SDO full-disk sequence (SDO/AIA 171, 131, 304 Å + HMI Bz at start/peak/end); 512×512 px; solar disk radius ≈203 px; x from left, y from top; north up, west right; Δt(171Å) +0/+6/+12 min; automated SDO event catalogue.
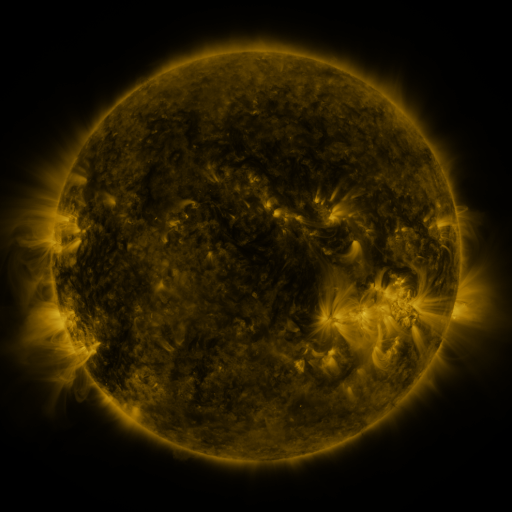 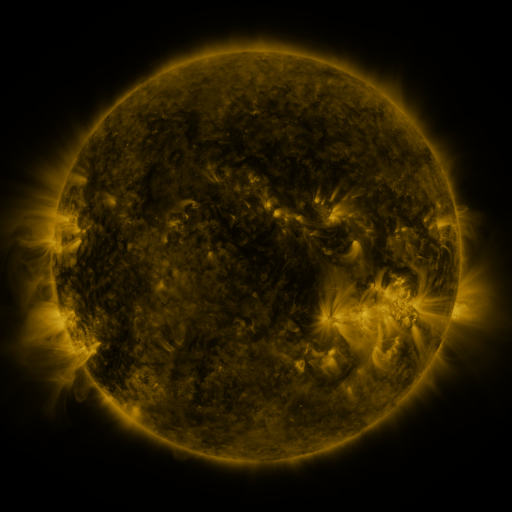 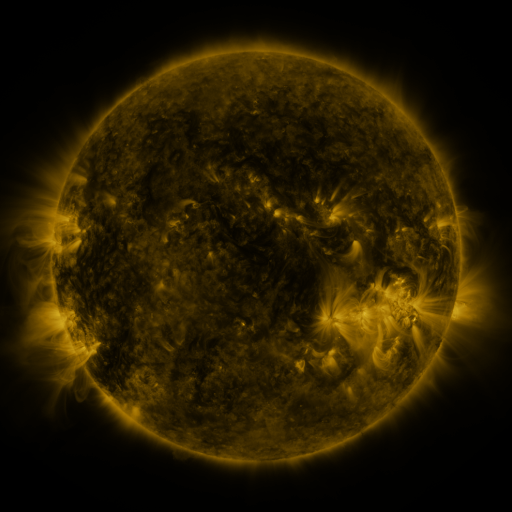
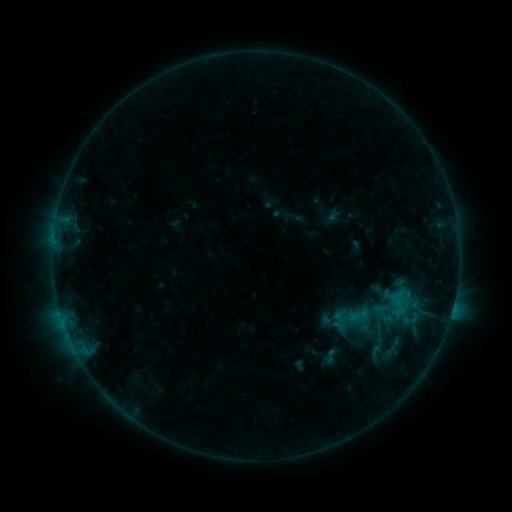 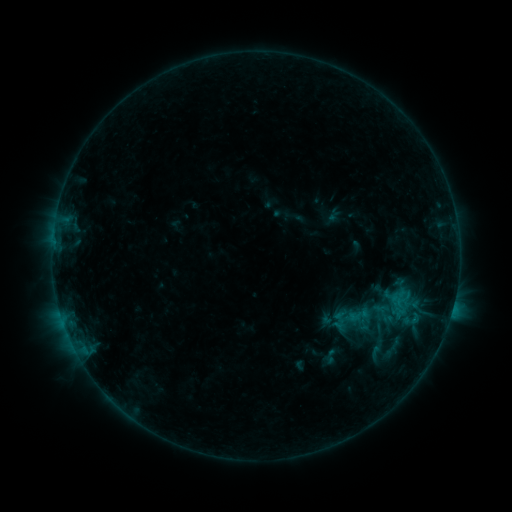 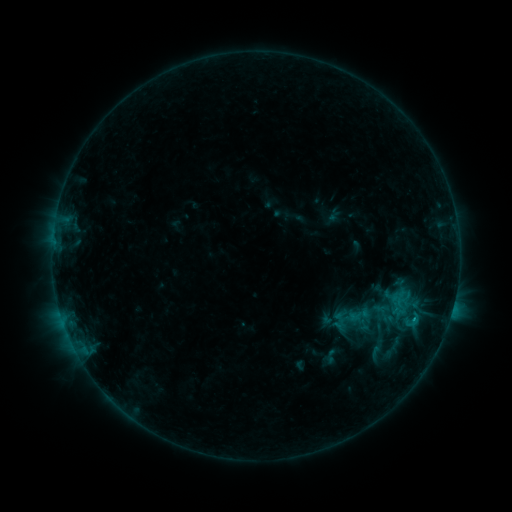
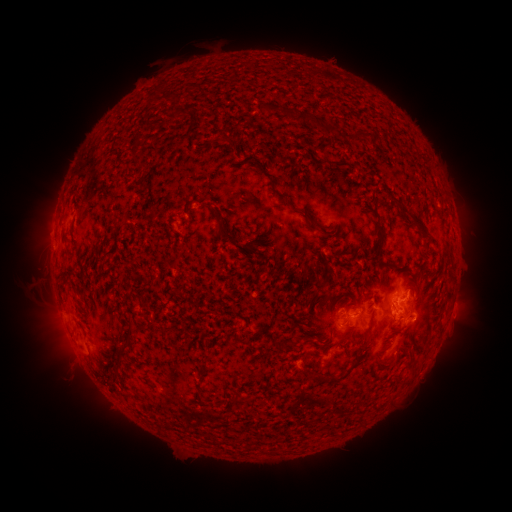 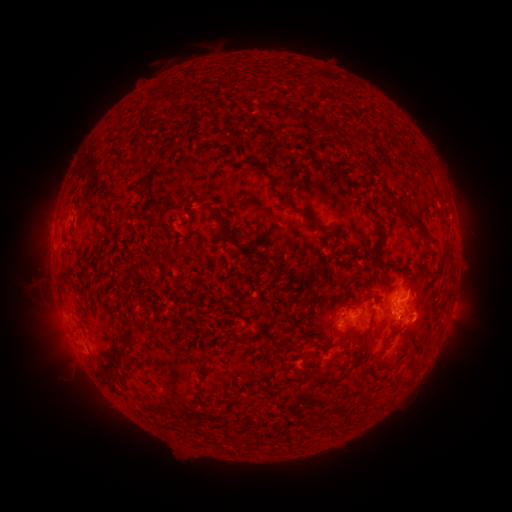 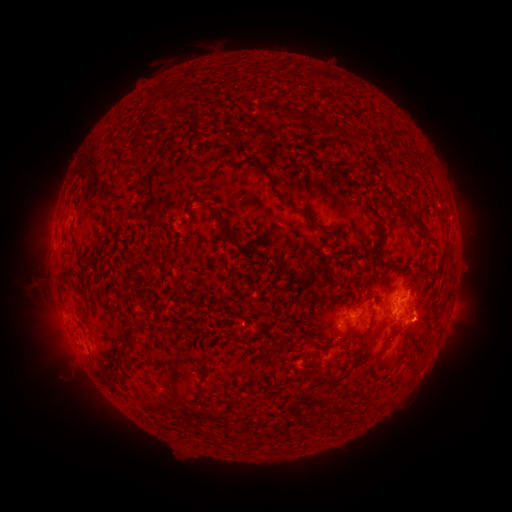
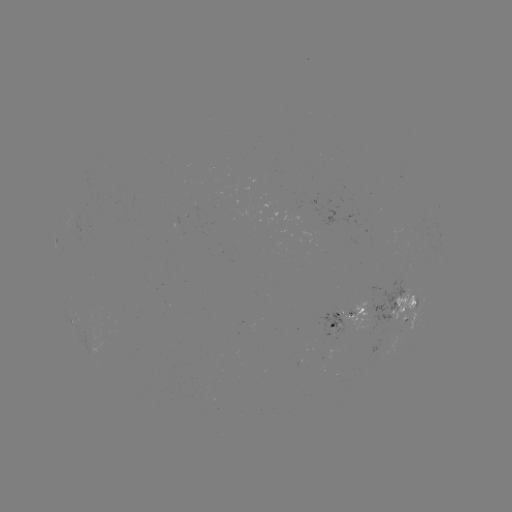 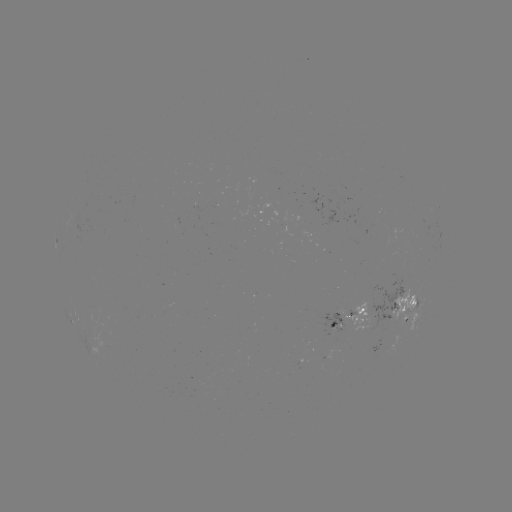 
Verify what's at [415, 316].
C1.0 flare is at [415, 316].